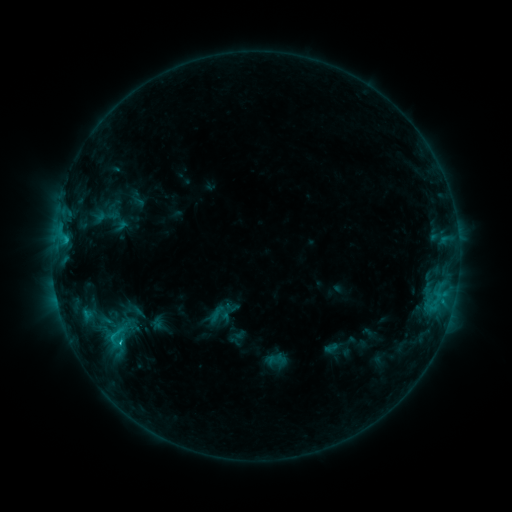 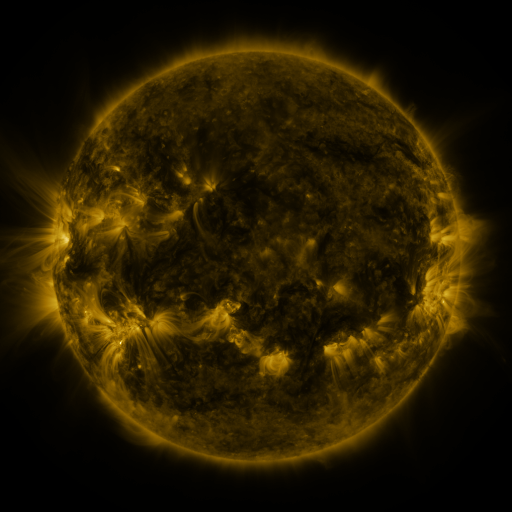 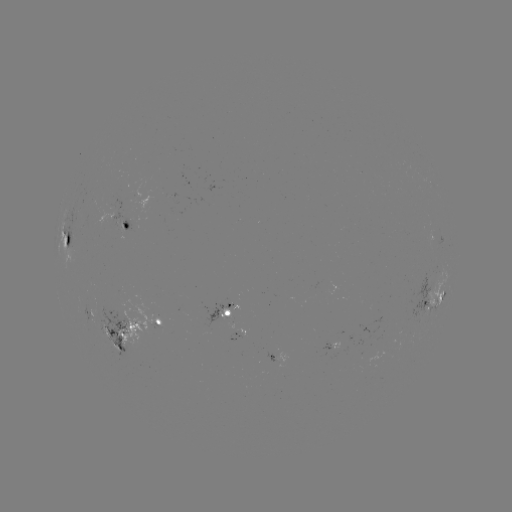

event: sigmoid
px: (115, 338)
